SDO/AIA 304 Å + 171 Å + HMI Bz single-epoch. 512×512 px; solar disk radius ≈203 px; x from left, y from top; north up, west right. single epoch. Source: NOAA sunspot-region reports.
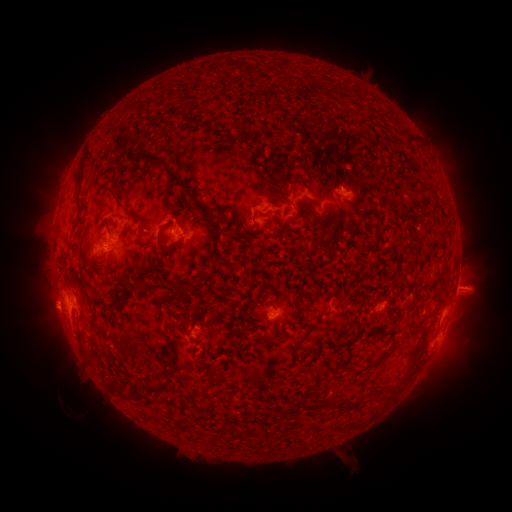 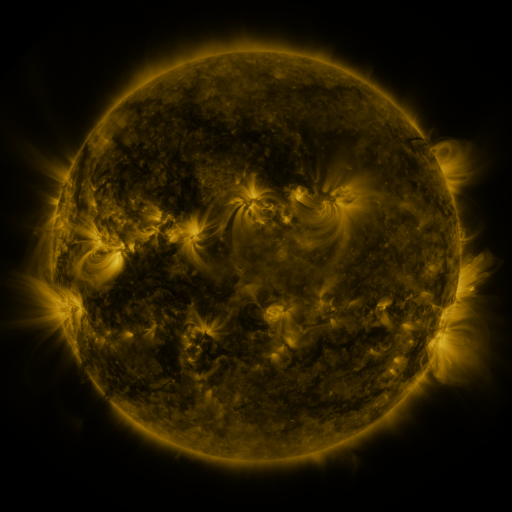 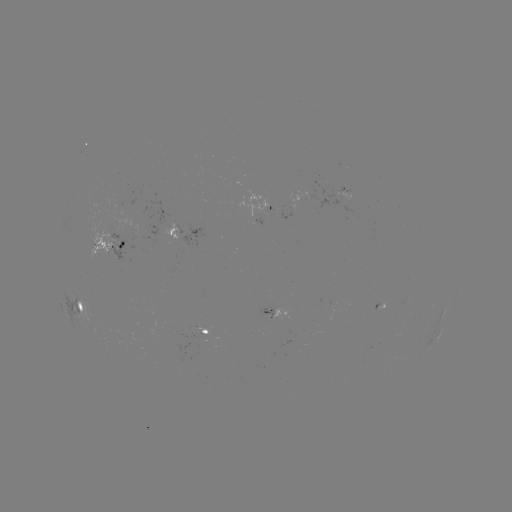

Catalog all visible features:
spotted active region: (349, 192)
spotted active region: (272, 204)
spotted active region: (178, 231)
spotted active region: (110, 241)
spotted active region: (457, 280)
spotted active region: (81, 307)
spotted active region: (276, 313)
spotted active region: (442, 314)
spotted active region: (205, 333)
spotted active region: (443, 333)
